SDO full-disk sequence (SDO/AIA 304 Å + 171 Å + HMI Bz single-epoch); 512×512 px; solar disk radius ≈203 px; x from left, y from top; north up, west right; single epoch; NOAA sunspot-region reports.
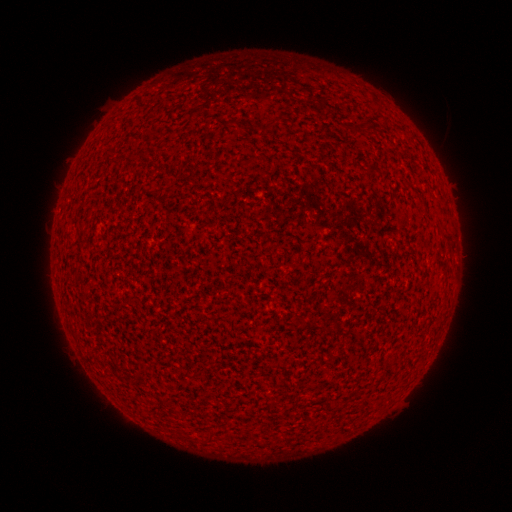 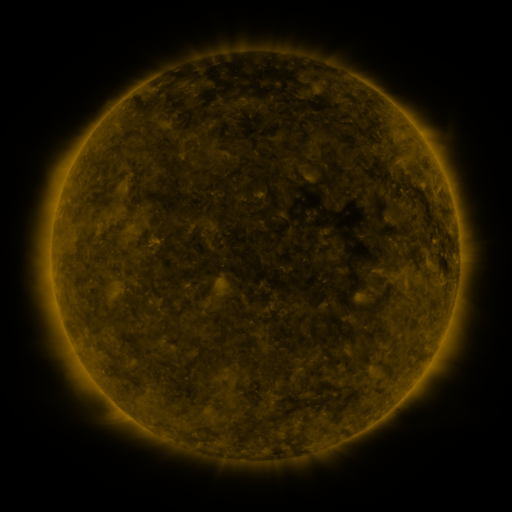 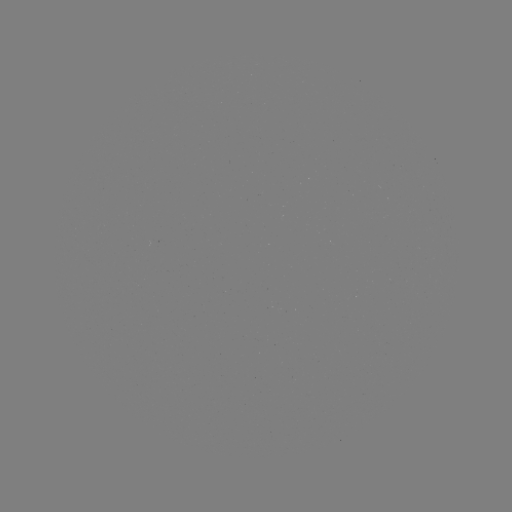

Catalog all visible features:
(none)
